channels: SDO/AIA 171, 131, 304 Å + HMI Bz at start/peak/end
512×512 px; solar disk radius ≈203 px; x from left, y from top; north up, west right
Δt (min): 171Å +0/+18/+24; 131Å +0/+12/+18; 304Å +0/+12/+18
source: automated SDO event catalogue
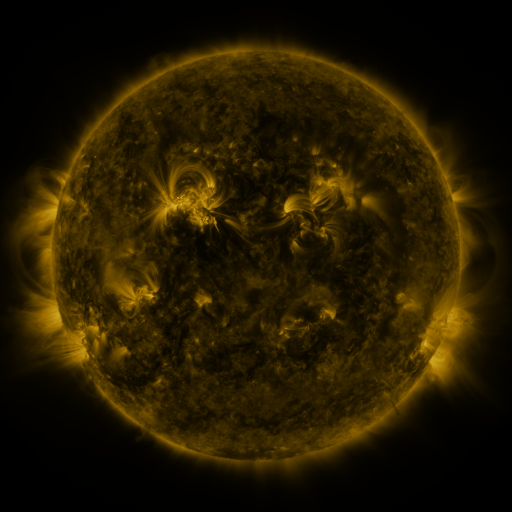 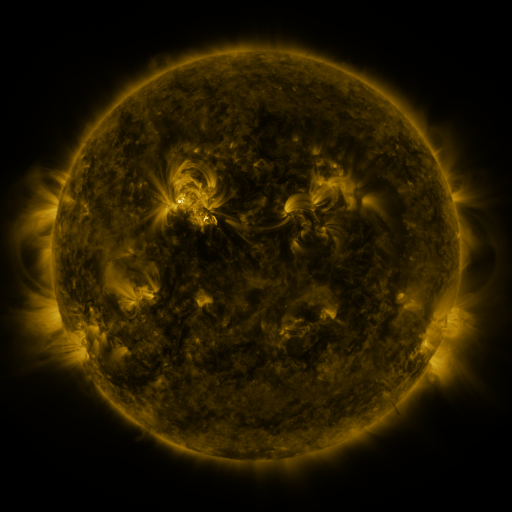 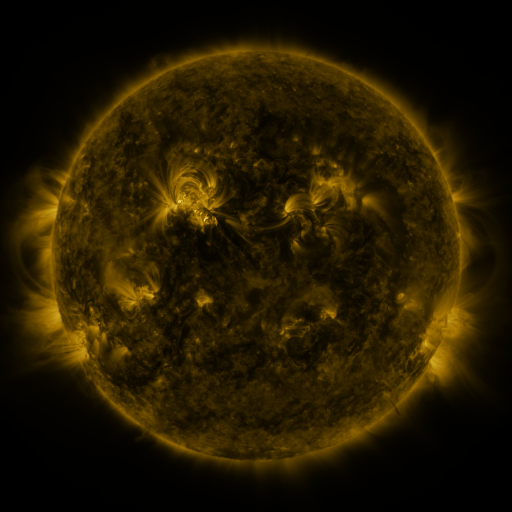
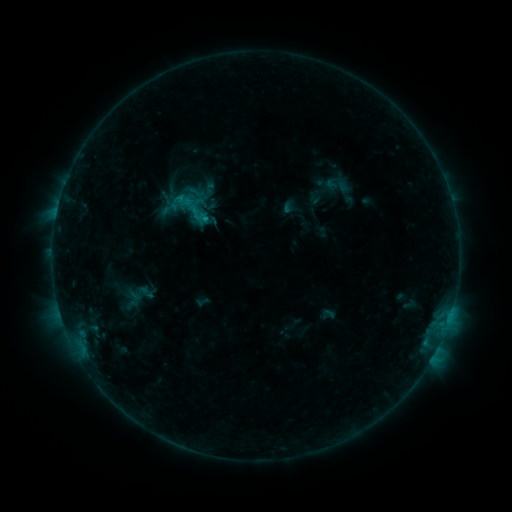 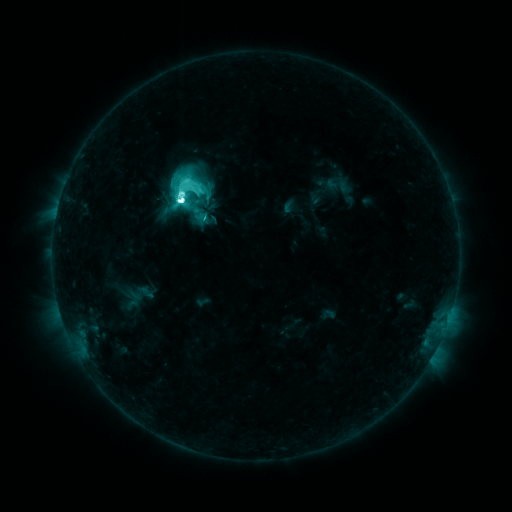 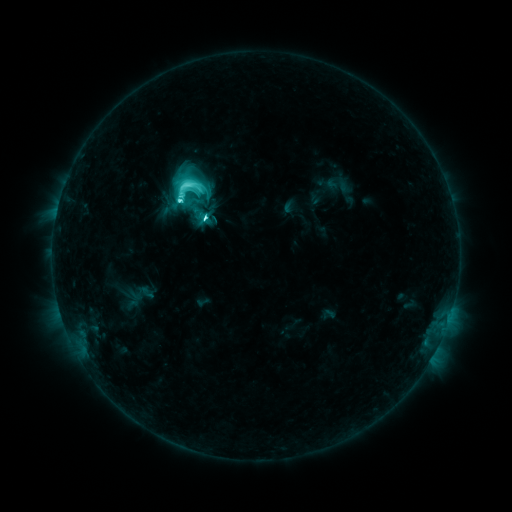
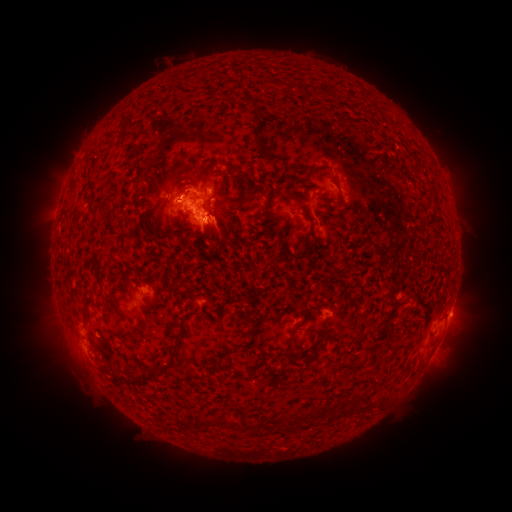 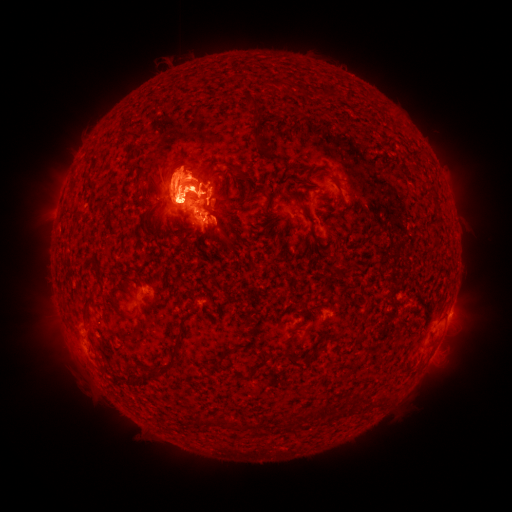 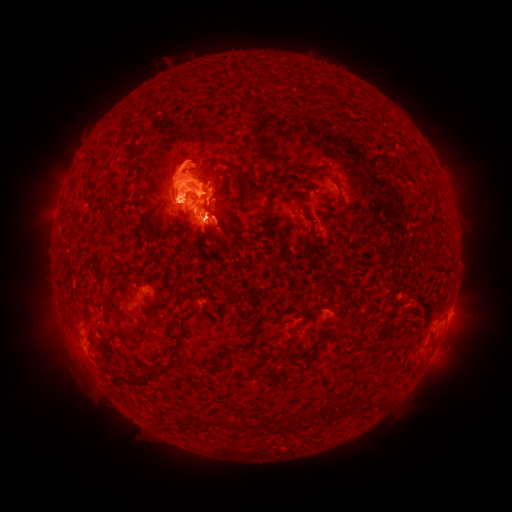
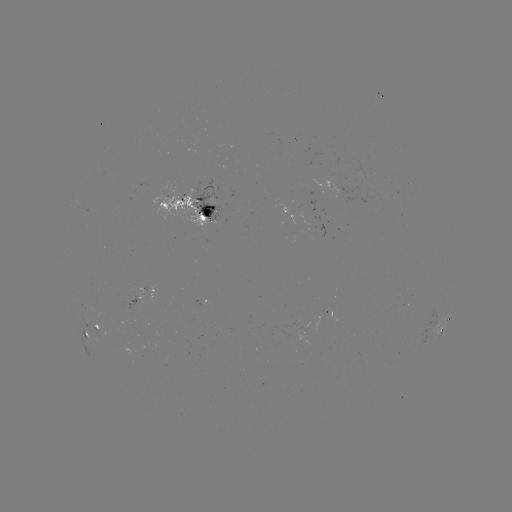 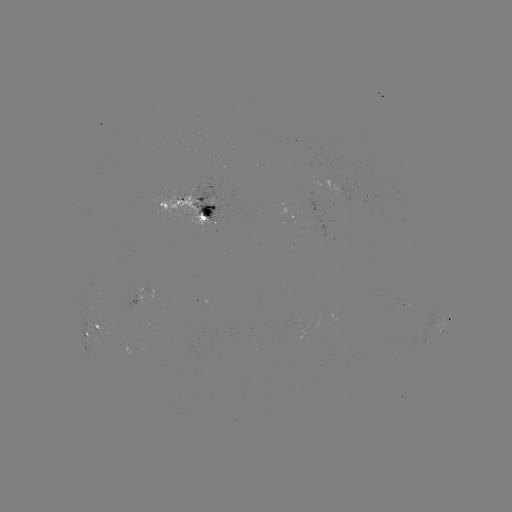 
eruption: (146, 276, 218, 316)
